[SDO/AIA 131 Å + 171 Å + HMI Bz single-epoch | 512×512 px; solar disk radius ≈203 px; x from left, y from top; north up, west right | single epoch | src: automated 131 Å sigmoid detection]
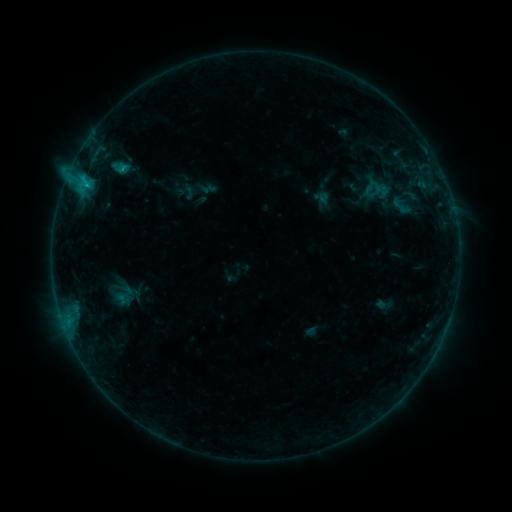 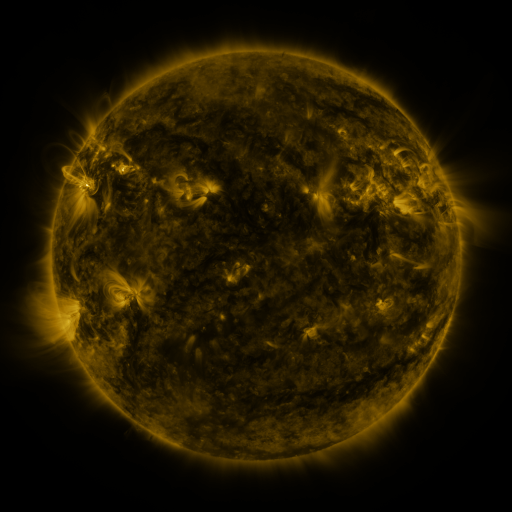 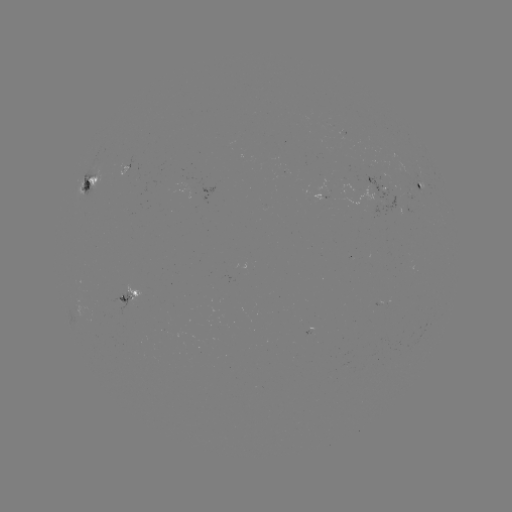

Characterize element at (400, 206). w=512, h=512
sigmoid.